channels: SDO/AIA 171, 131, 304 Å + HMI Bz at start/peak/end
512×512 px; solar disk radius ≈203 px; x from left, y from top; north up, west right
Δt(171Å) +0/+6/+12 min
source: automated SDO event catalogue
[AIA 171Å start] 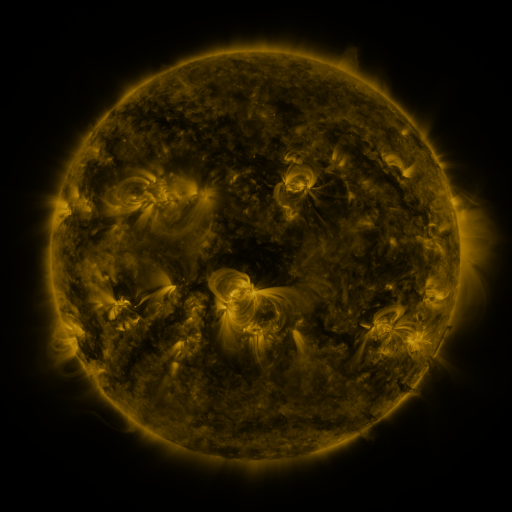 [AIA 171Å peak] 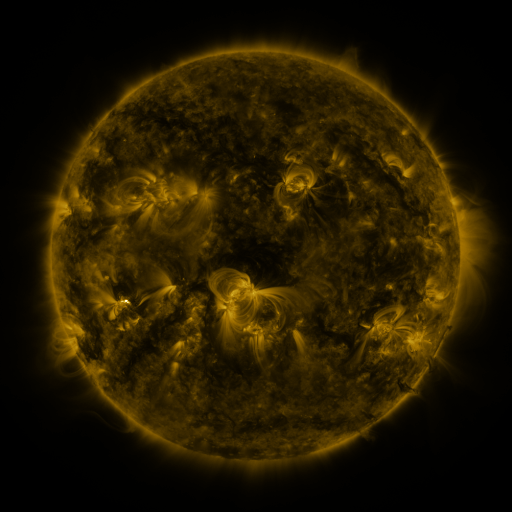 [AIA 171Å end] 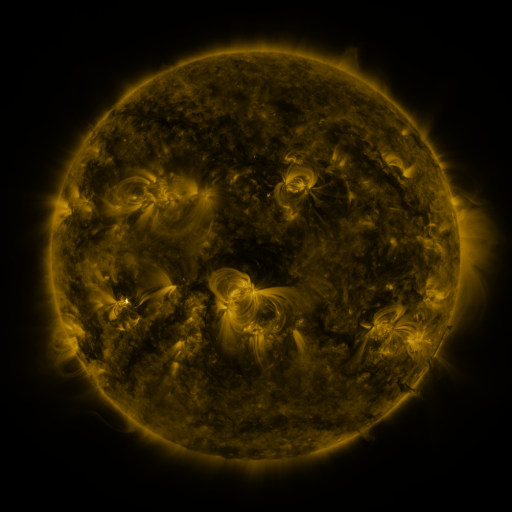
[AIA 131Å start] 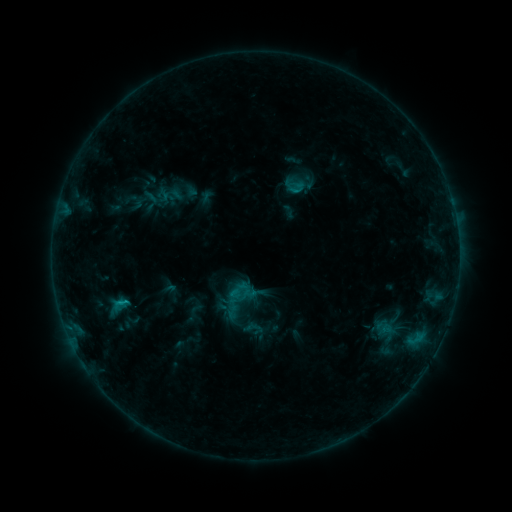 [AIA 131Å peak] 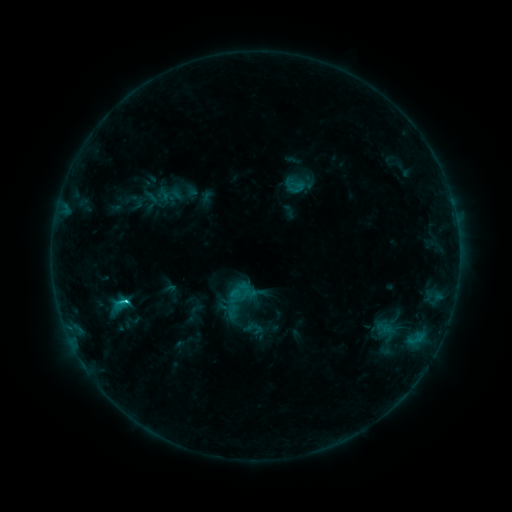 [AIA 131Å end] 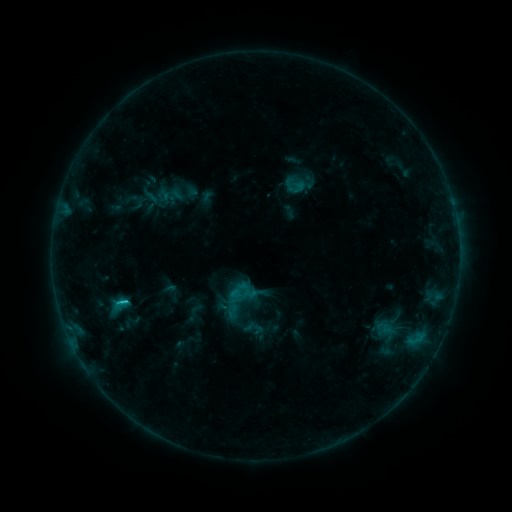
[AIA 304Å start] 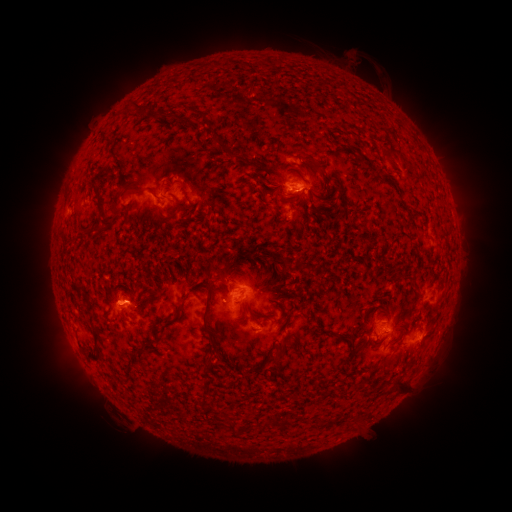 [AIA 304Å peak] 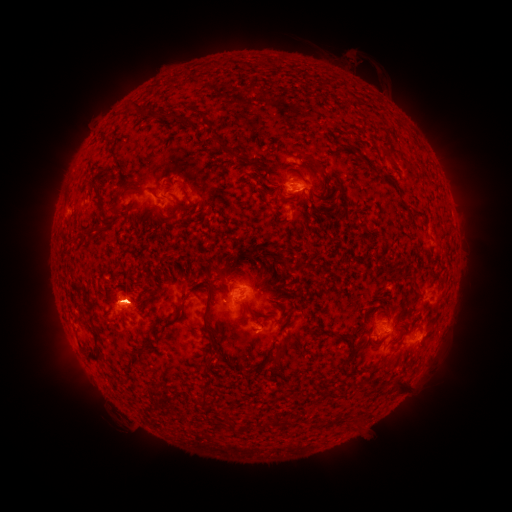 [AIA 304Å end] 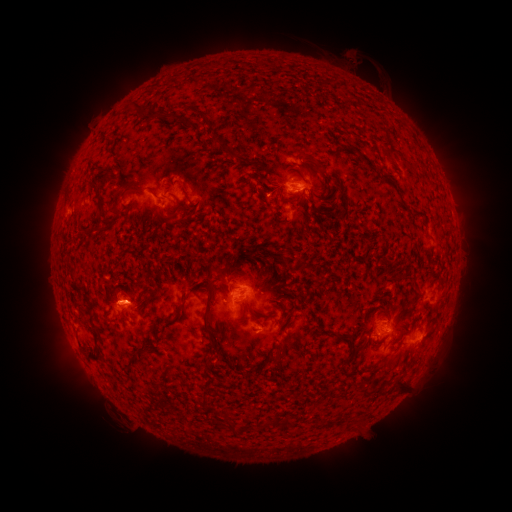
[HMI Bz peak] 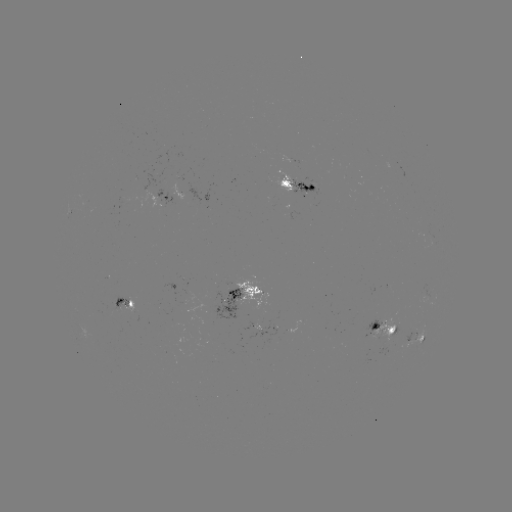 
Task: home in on C1.6 flare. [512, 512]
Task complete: (127, 298).